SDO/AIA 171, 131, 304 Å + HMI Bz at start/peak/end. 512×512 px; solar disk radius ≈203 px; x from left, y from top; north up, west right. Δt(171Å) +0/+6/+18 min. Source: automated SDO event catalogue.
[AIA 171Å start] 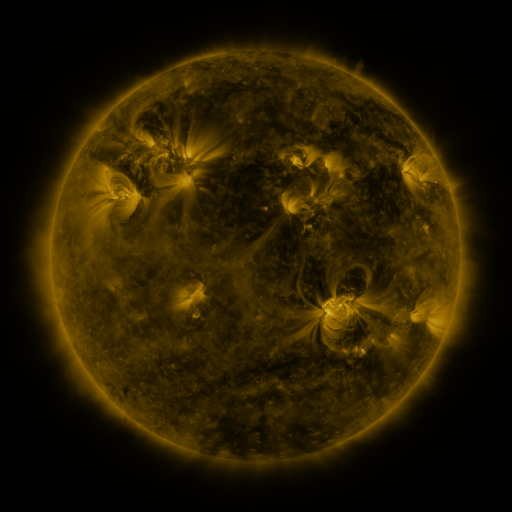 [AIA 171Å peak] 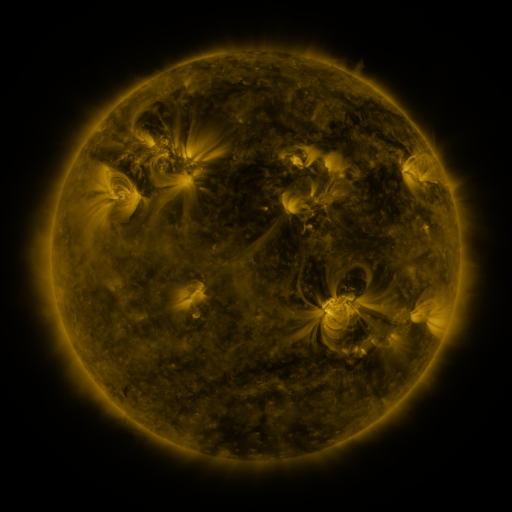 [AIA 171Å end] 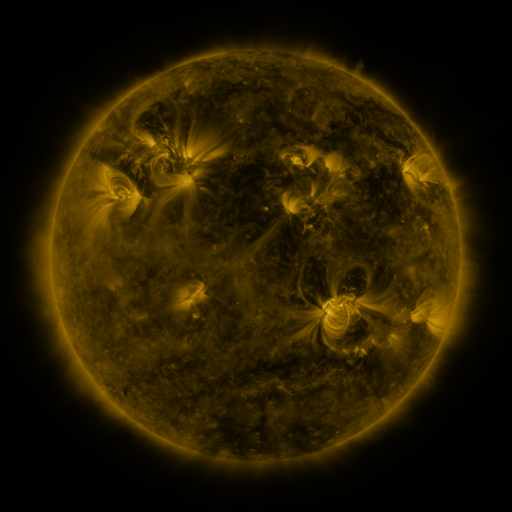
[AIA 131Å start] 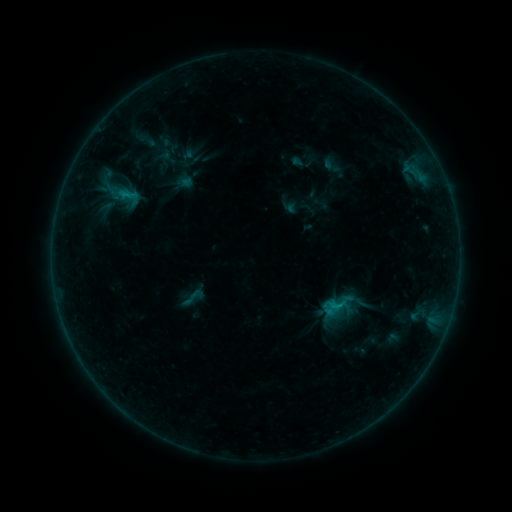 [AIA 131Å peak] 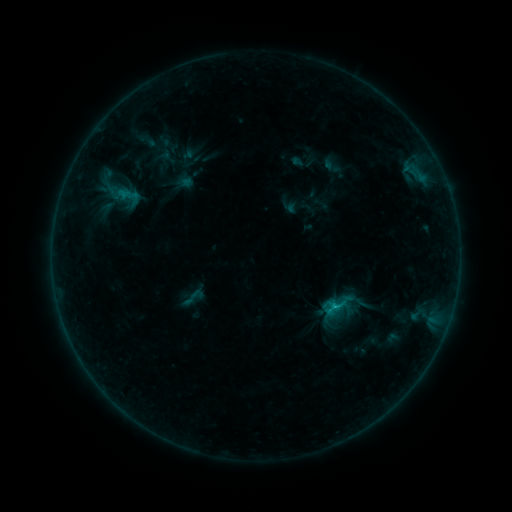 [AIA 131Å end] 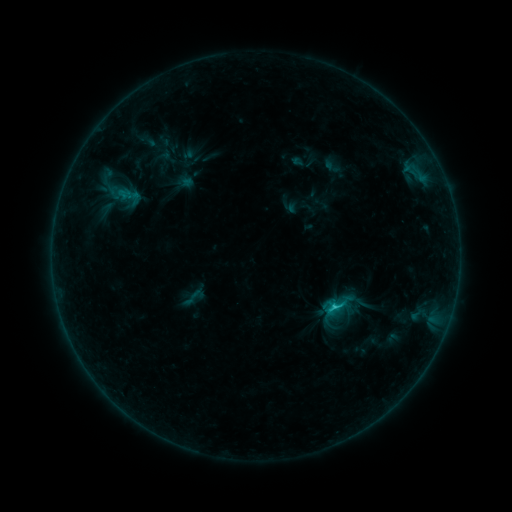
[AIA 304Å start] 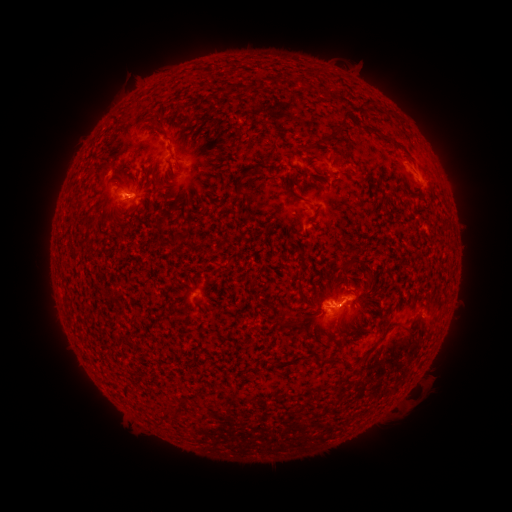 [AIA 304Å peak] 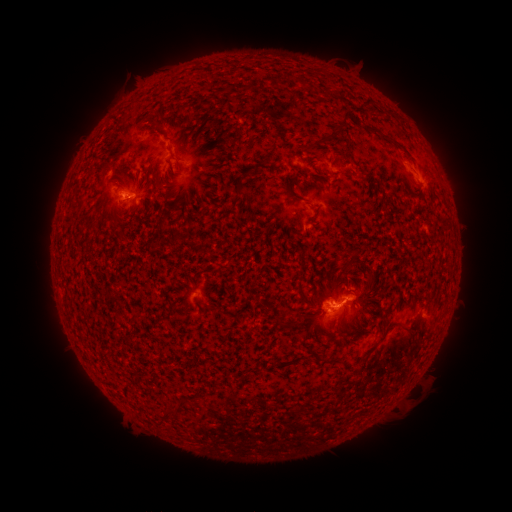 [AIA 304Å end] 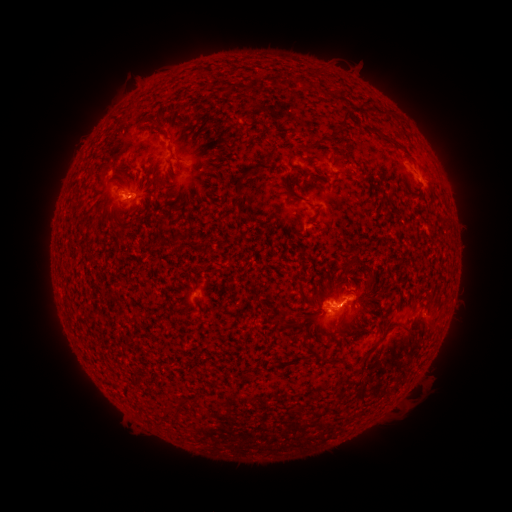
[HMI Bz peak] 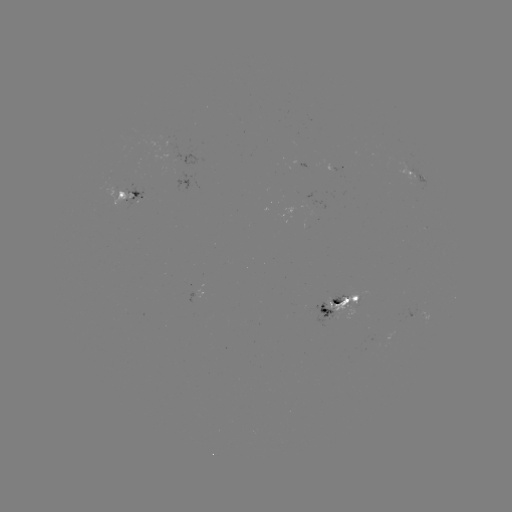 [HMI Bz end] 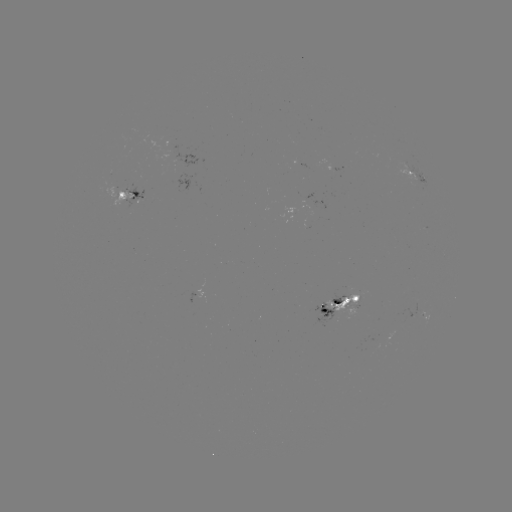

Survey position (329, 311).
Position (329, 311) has C2.0 flare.